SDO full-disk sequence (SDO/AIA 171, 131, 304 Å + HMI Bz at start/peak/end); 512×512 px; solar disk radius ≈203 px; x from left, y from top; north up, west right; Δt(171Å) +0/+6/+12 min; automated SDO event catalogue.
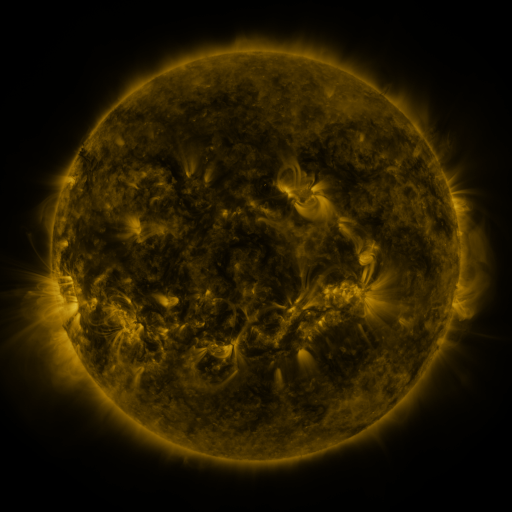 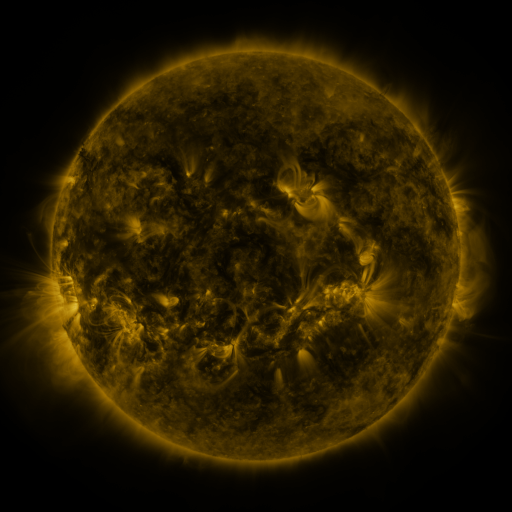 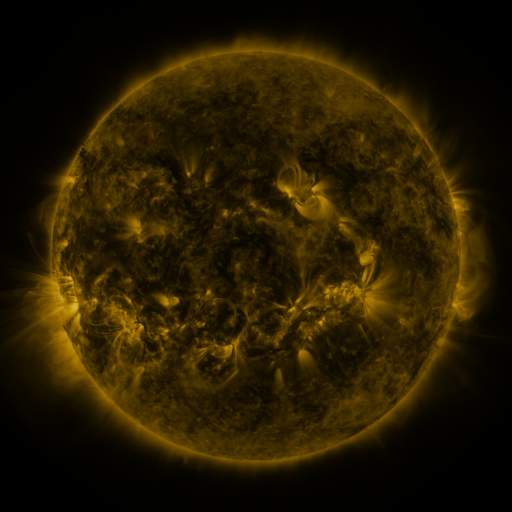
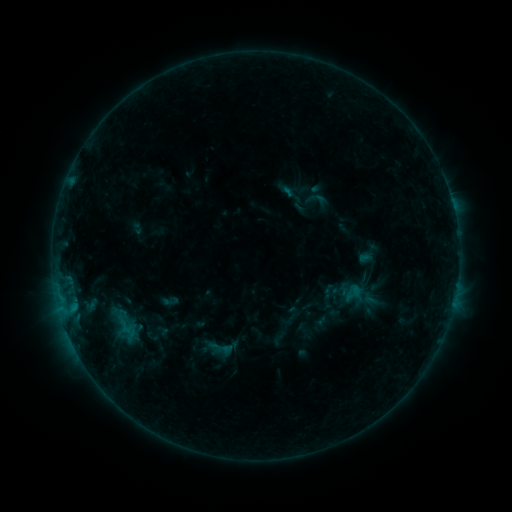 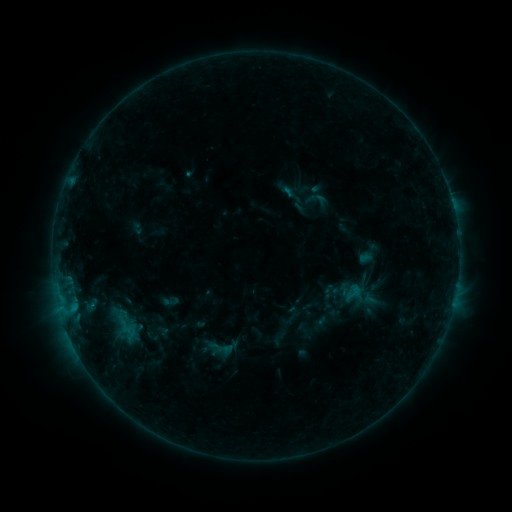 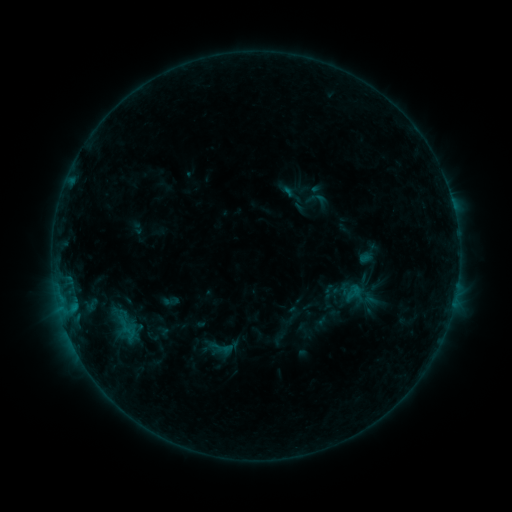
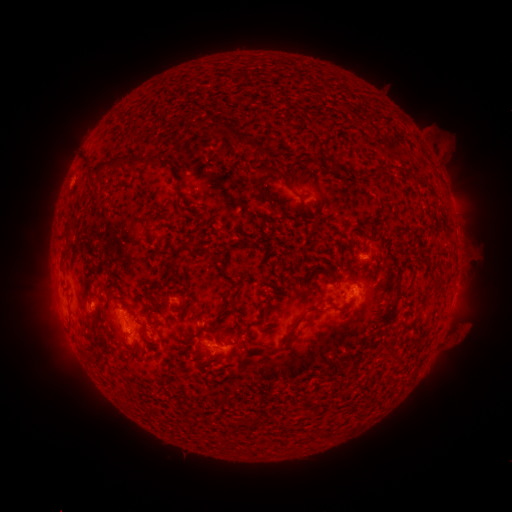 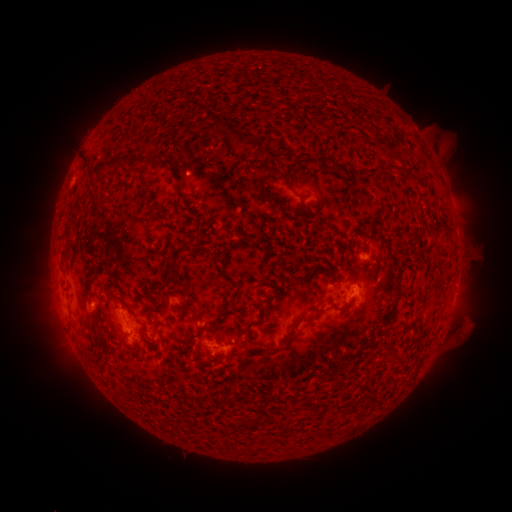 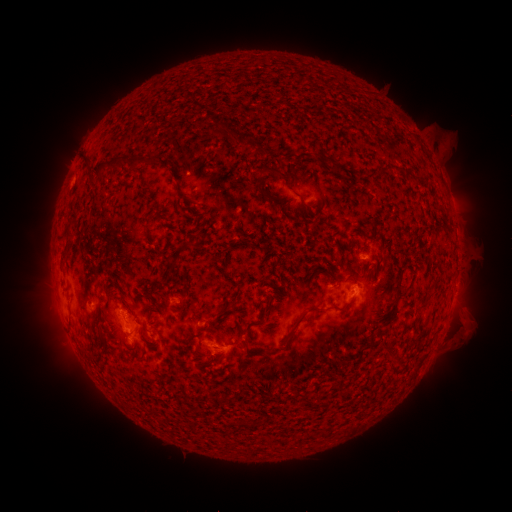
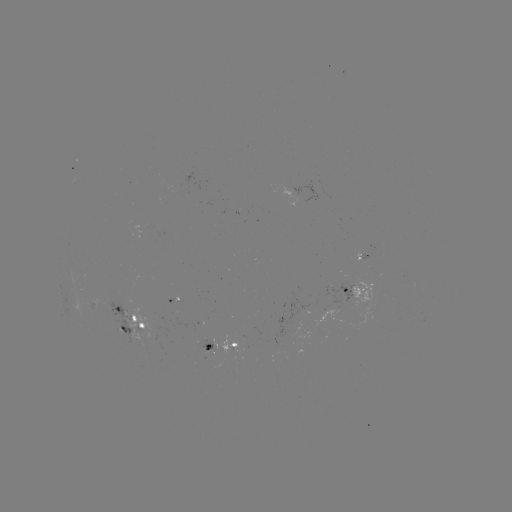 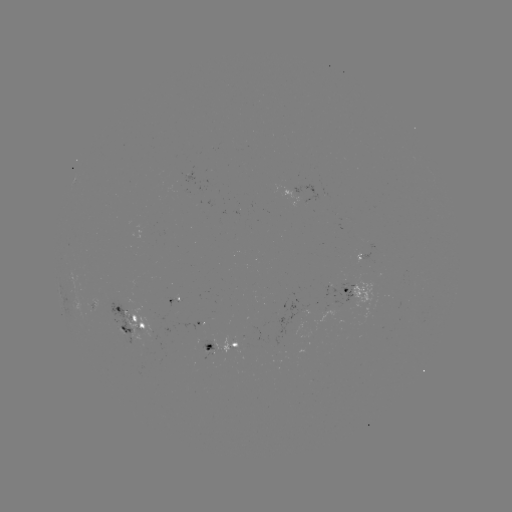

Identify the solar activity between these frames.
eruption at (191, 157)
